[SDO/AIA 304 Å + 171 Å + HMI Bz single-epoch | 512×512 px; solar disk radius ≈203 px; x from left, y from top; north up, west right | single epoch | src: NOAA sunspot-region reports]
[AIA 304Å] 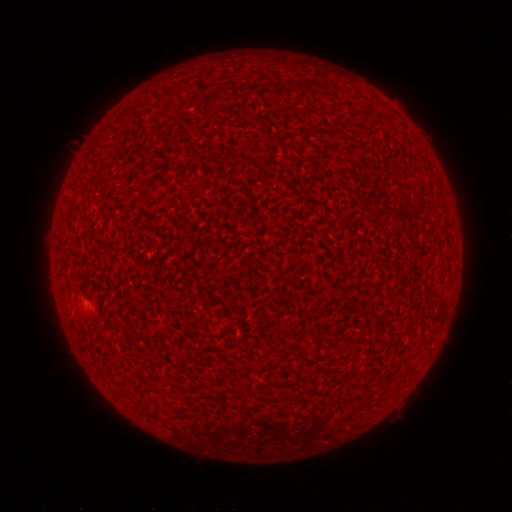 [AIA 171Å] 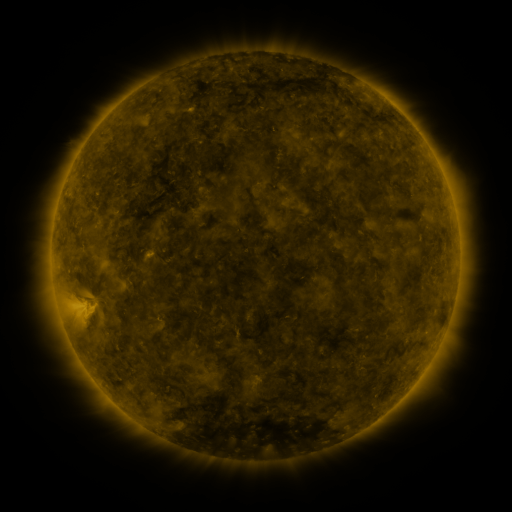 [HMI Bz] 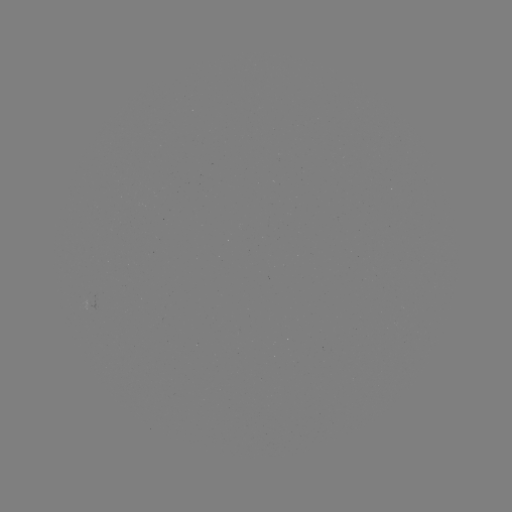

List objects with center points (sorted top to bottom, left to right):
(none)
